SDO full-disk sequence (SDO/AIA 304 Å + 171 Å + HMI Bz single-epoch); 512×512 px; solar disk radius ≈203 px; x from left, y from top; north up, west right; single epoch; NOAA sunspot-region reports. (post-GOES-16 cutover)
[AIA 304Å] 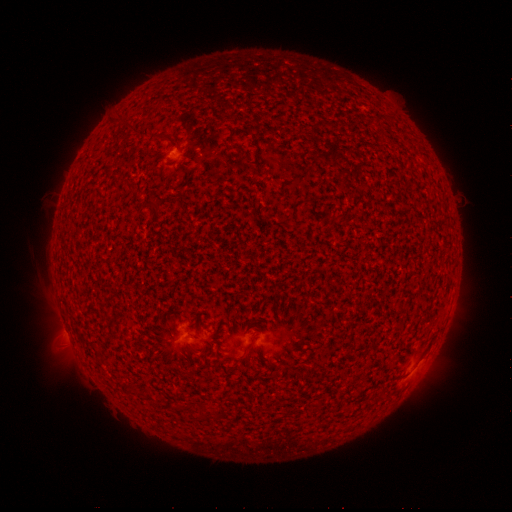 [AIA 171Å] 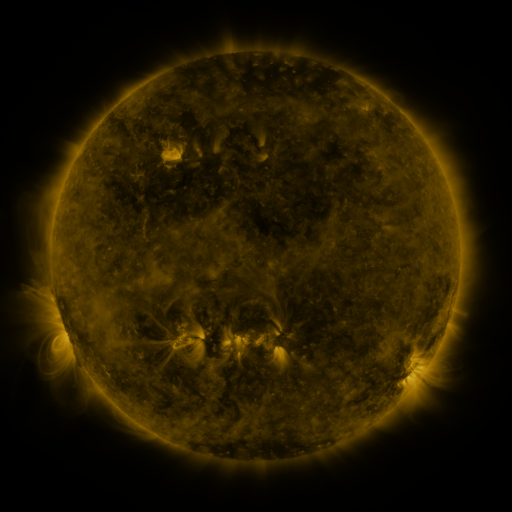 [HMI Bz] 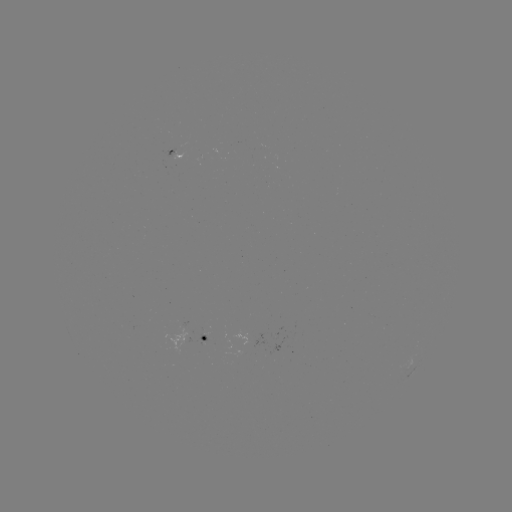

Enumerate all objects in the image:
spotted active region: (175, 150)
spotted active region: (207, 341)
